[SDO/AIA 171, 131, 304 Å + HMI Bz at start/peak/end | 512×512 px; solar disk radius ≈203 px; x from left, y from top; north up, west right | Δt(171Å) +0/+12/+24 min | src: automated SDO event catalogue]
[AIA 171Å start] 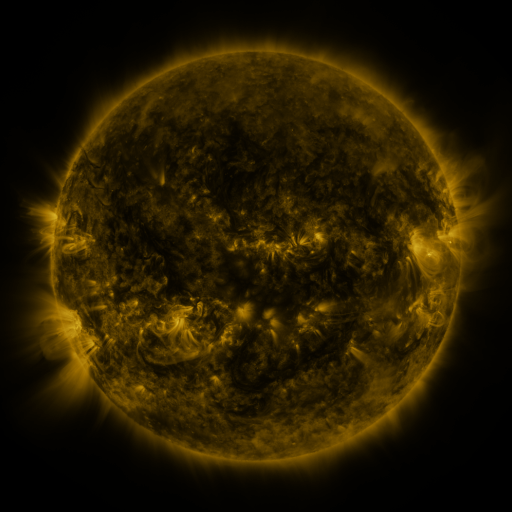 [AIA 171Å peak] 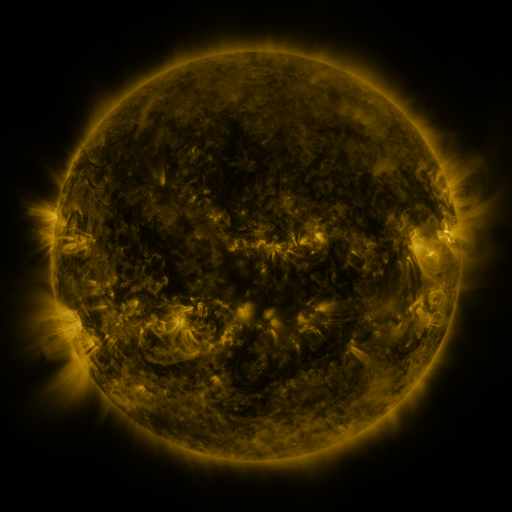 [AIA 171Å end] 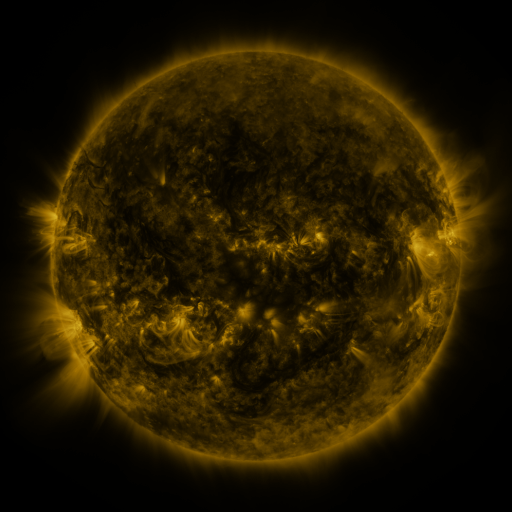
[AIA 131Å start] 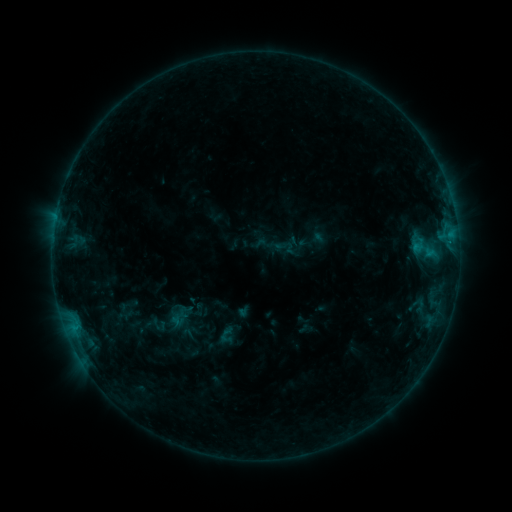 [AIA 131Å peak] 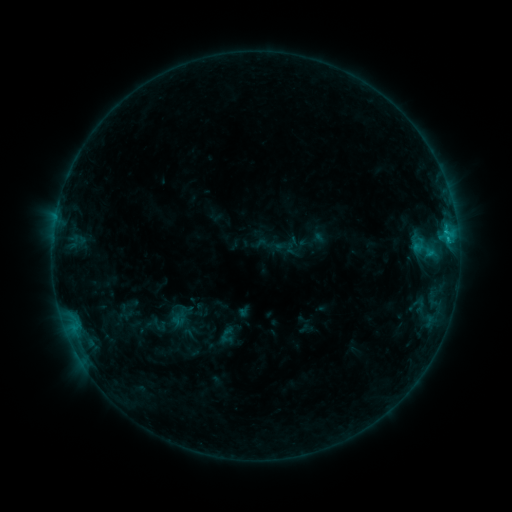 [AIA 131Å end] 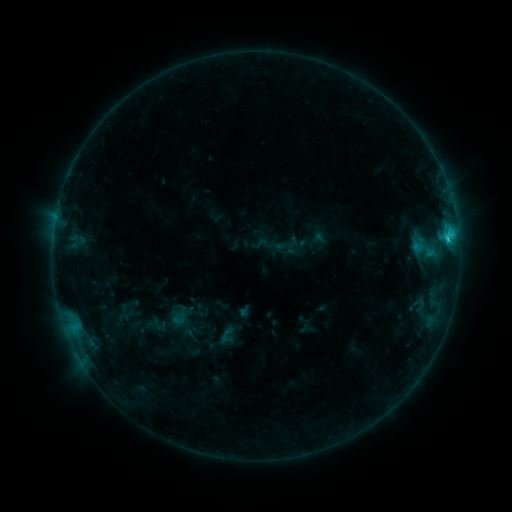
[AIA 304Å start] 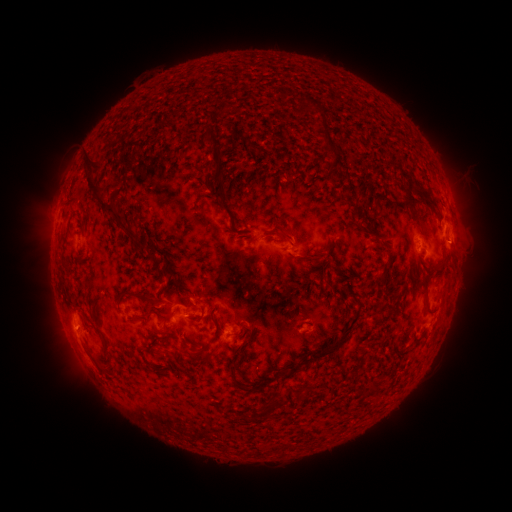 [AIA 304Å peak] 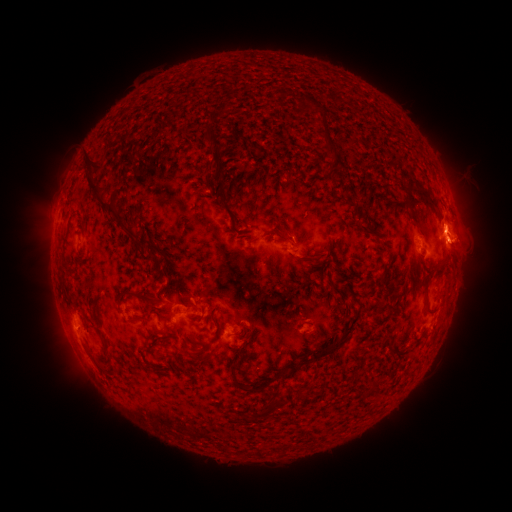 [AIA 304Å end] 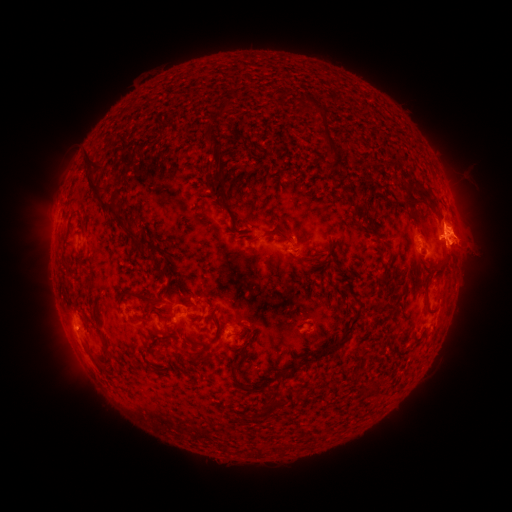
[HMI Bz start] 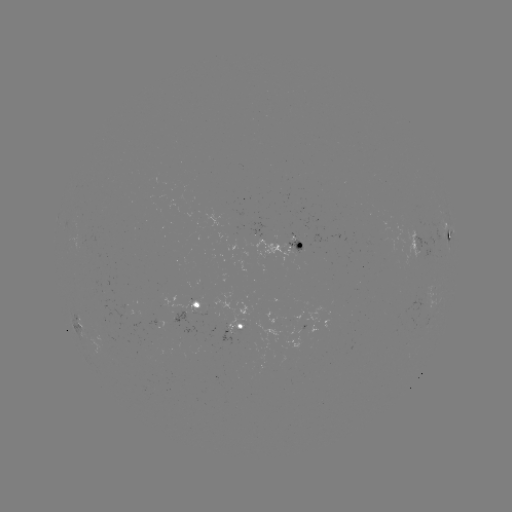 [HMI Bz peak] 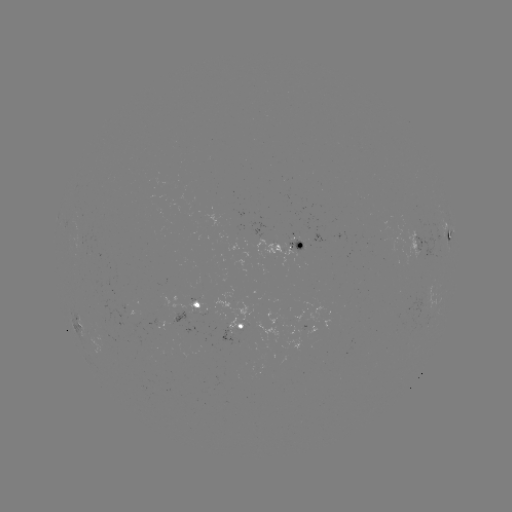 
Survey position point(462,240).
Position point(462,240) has eruption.